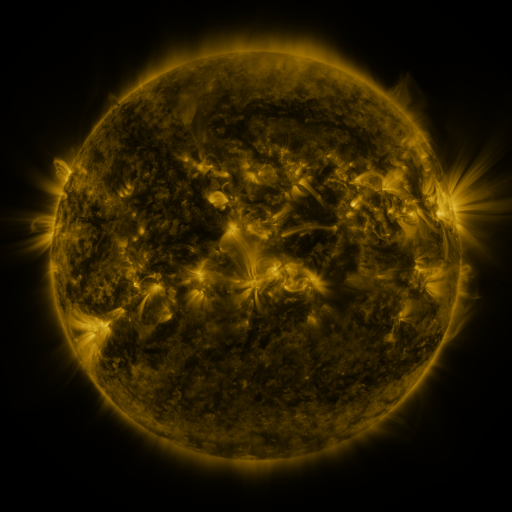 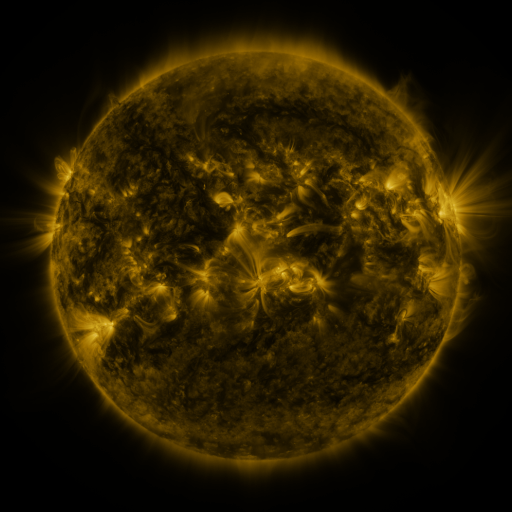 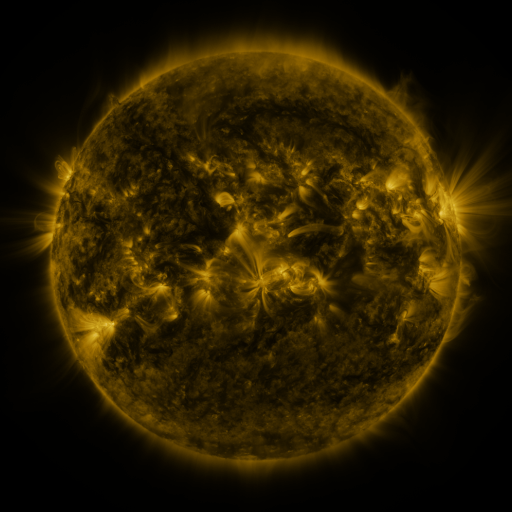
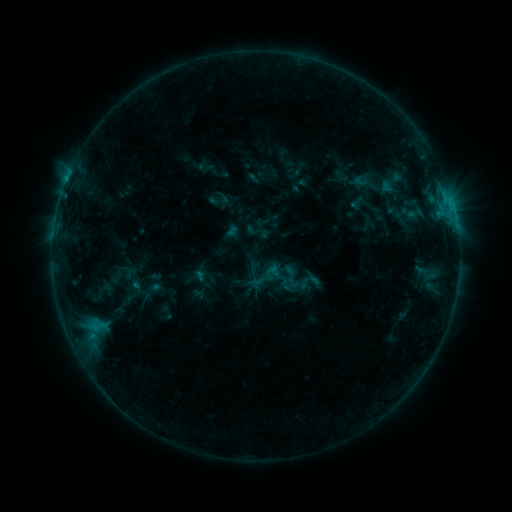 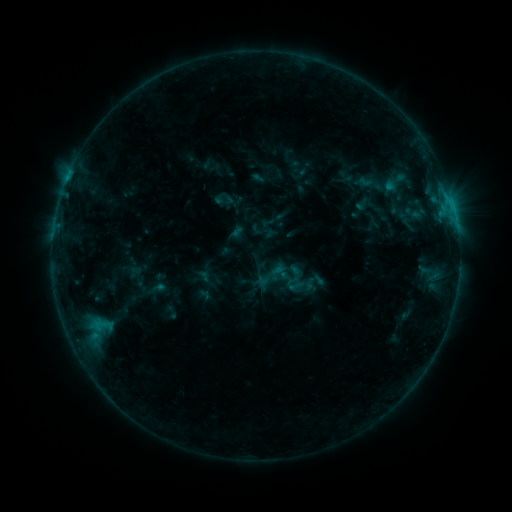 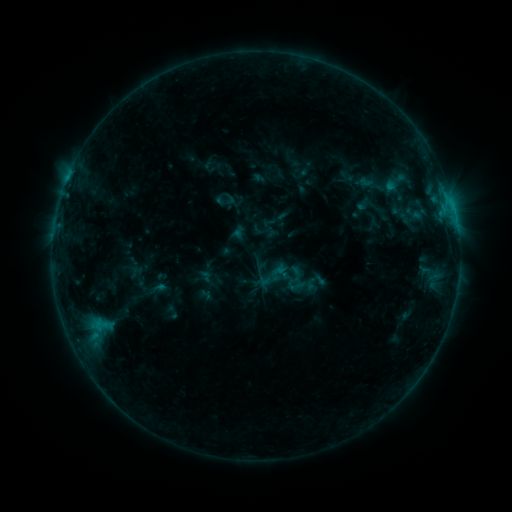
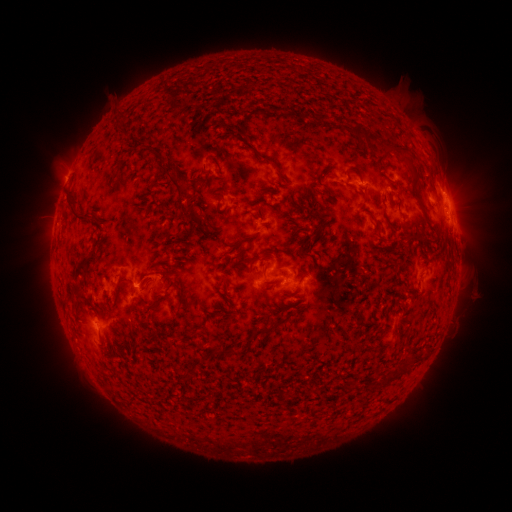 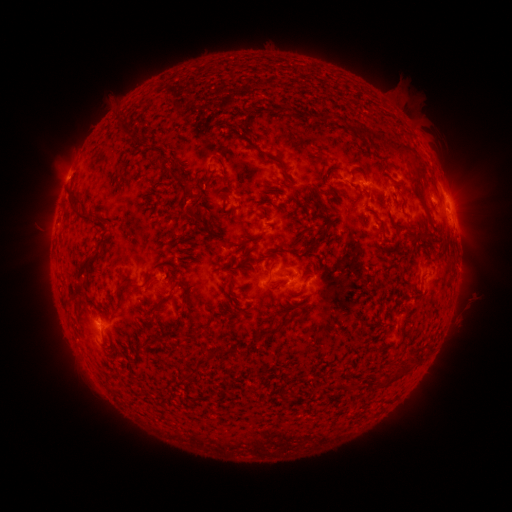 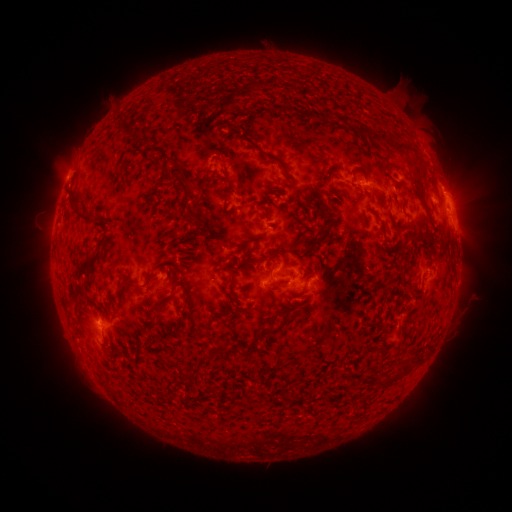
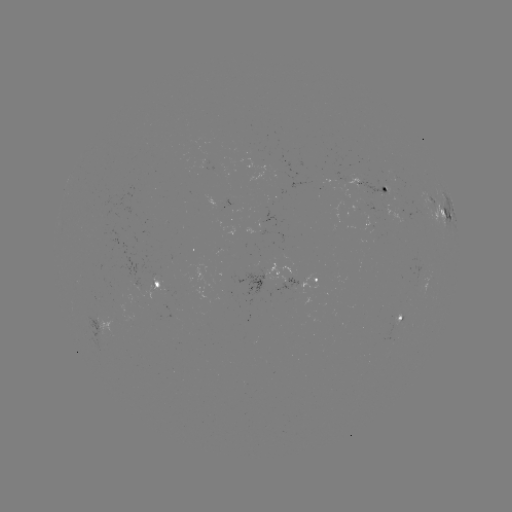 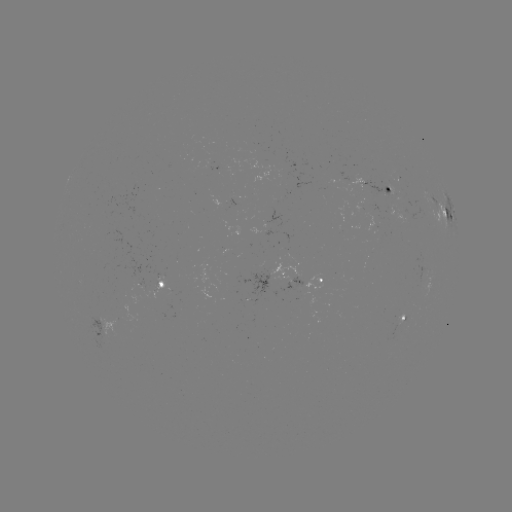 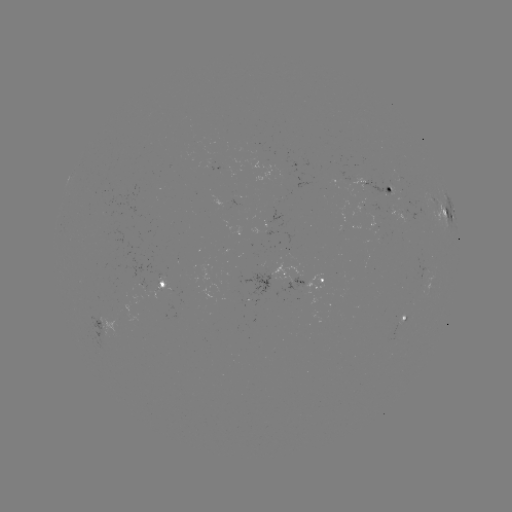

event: emerging-flux region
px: (405, 209)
